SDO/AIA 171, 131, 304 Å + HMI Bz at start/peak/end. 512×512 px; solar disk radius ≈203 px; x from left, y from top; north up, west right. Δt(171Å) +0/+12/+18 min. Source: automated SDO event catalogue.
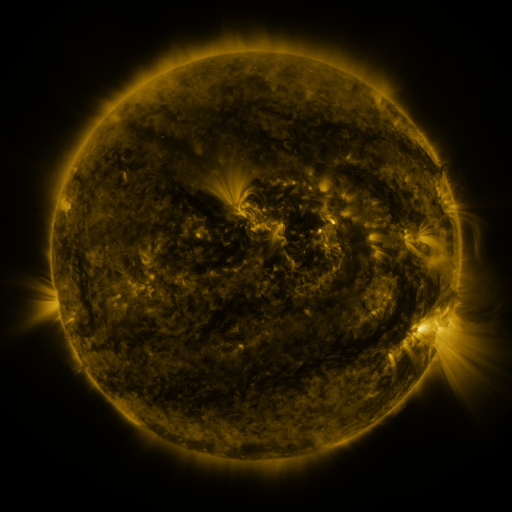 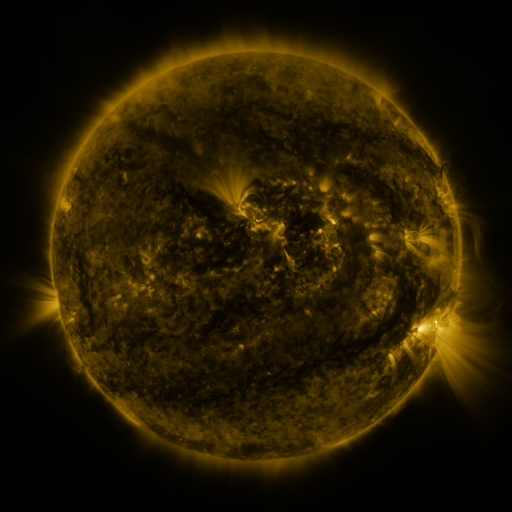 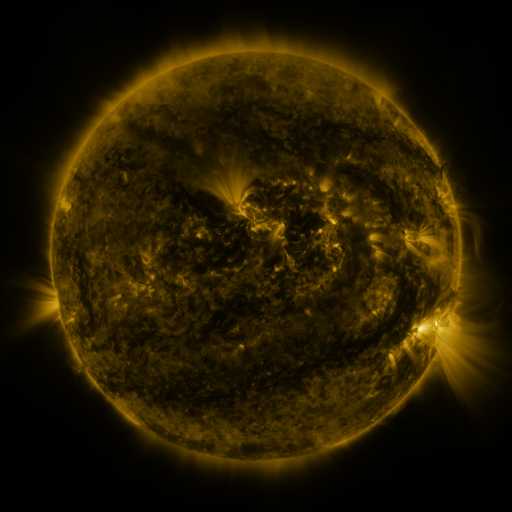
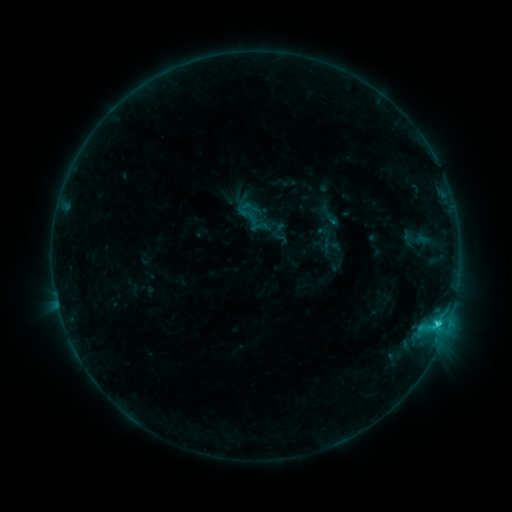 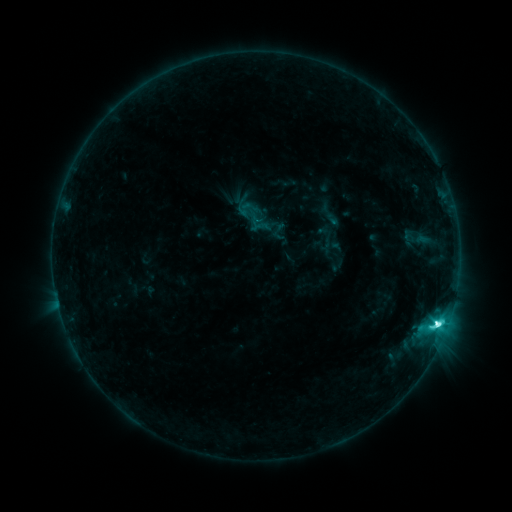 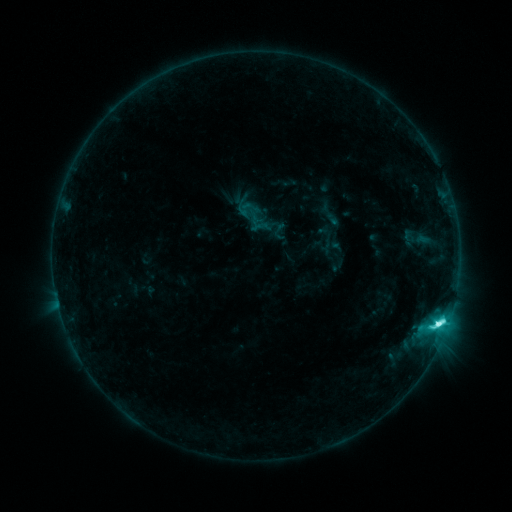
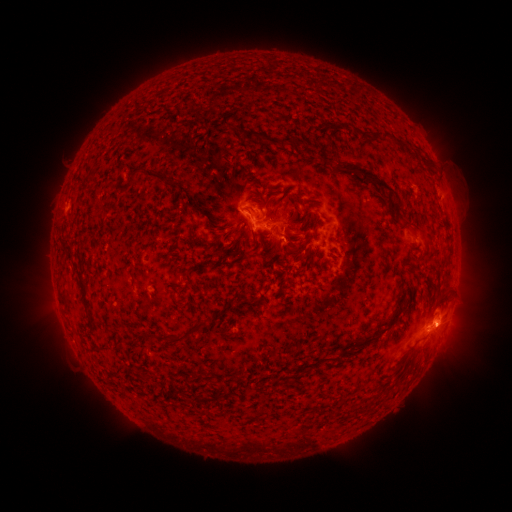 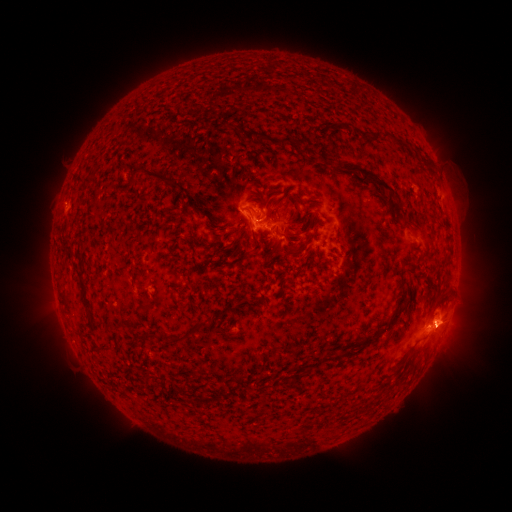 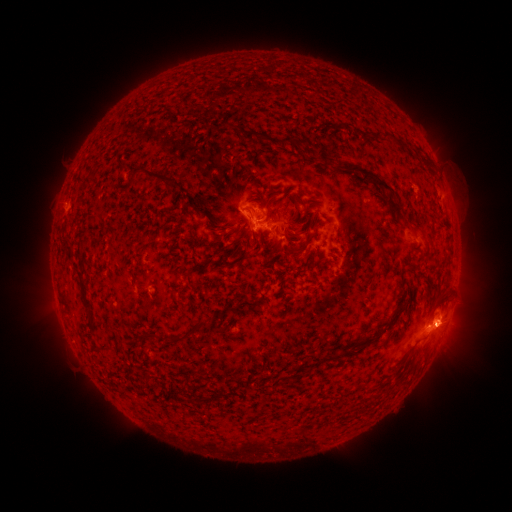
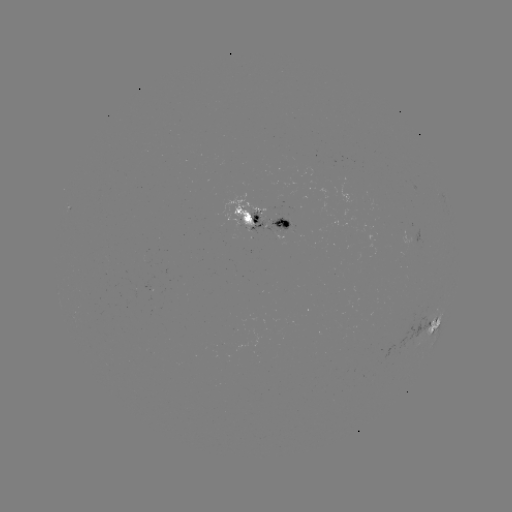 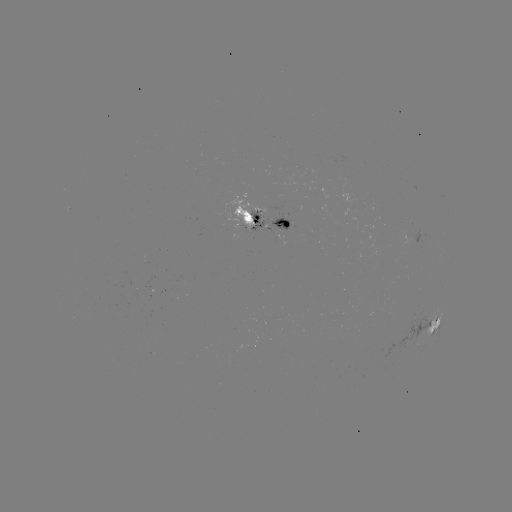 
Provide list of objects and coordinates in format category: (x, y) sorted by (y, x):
C7.5 flare: (436, 324)
